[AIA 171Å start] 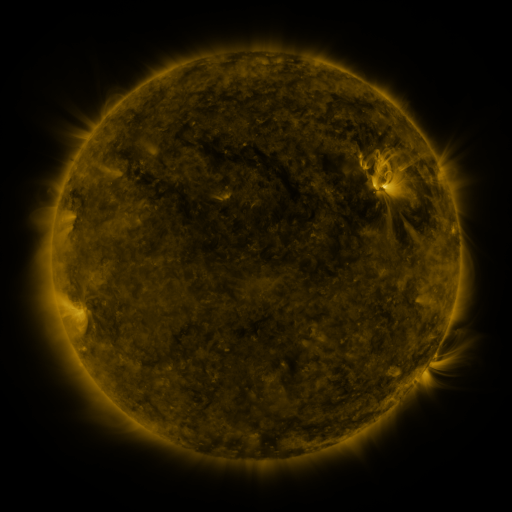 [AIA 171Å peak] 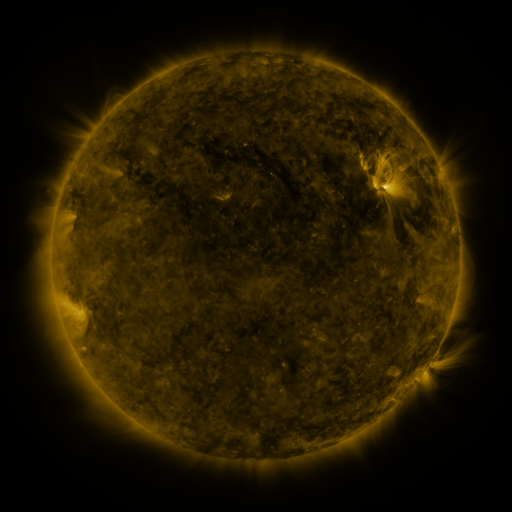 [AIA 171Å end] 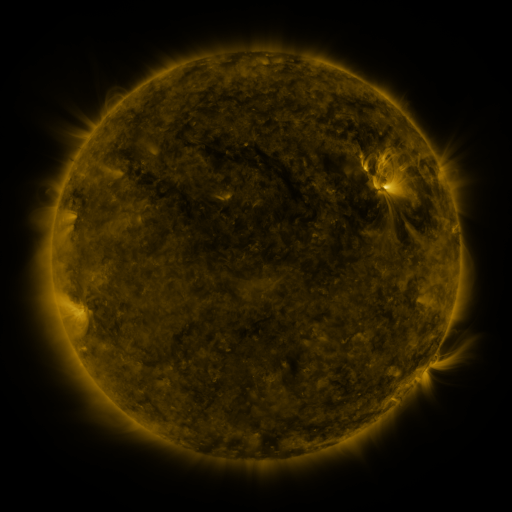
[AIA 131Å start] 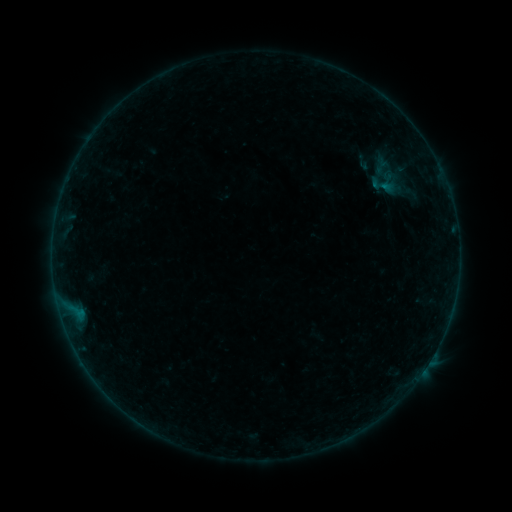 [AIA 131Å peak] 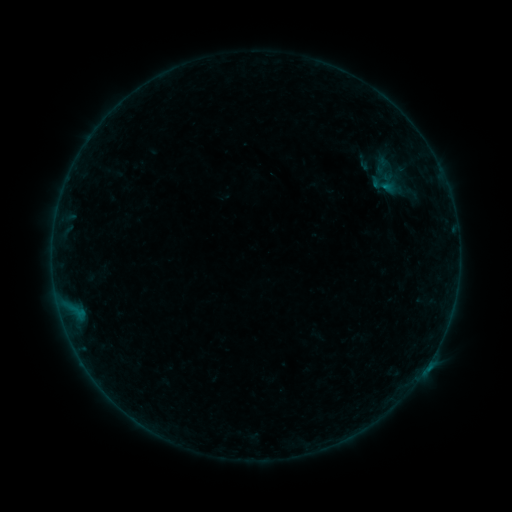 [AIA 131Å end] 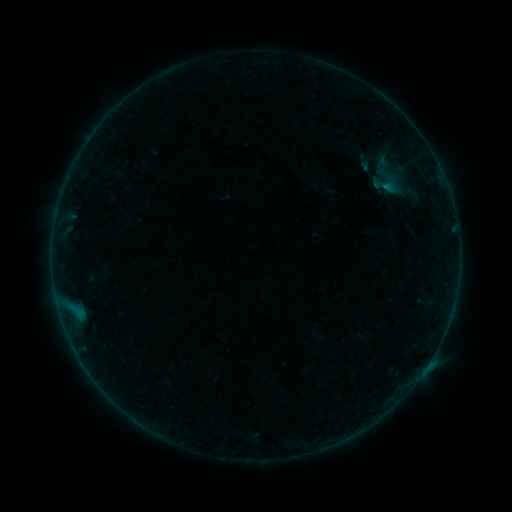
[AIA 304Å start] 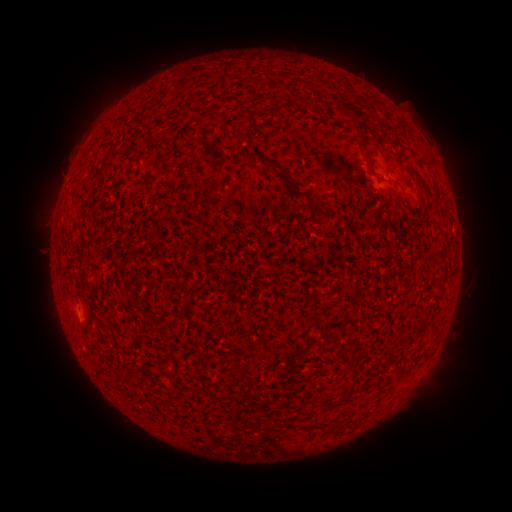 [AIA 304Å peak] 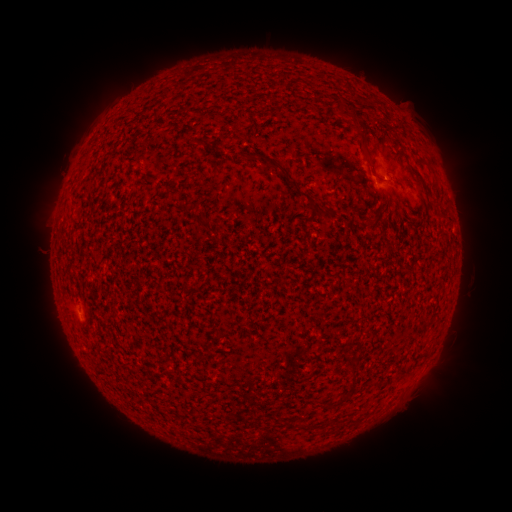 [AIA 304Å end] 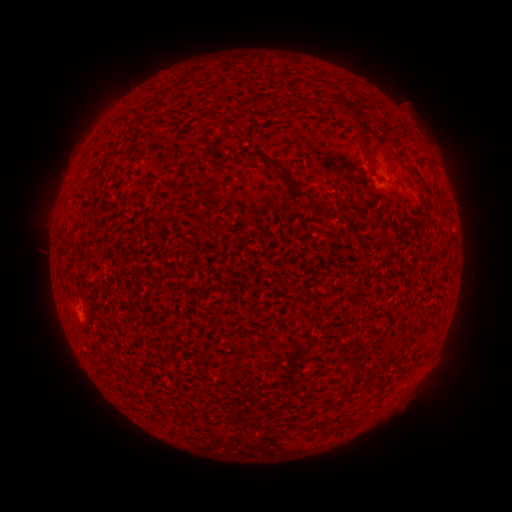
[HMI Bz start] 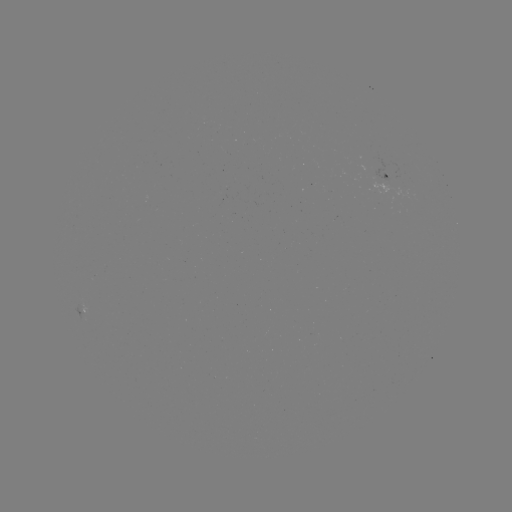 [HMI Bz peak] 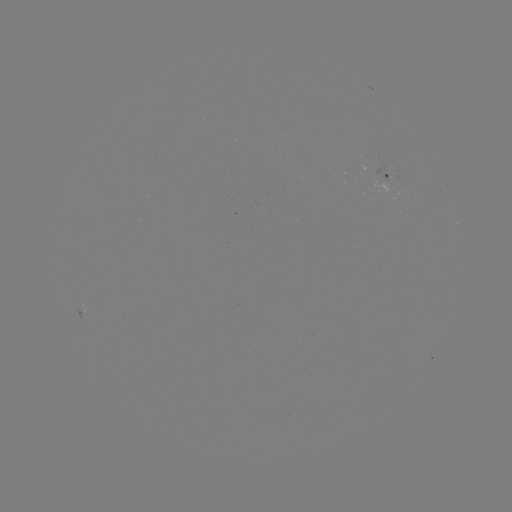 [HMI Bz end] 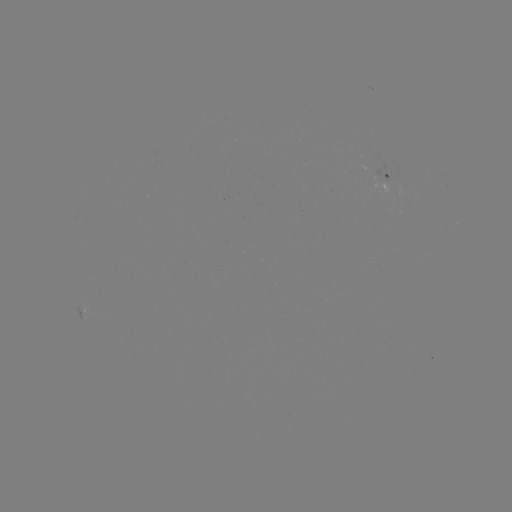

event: flare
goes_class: B1.9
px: (363, 170)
